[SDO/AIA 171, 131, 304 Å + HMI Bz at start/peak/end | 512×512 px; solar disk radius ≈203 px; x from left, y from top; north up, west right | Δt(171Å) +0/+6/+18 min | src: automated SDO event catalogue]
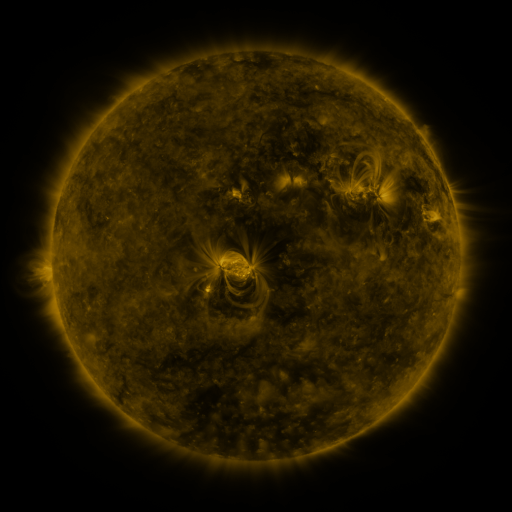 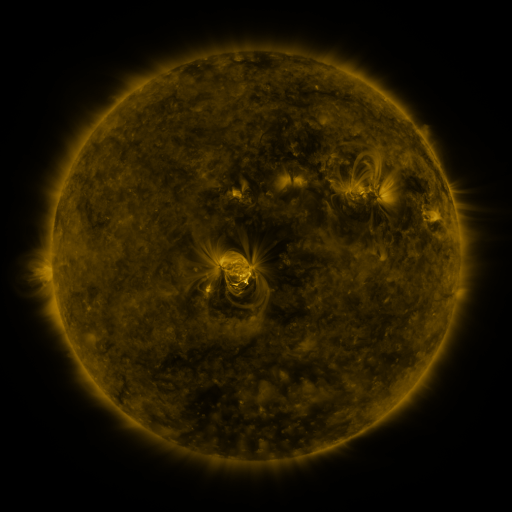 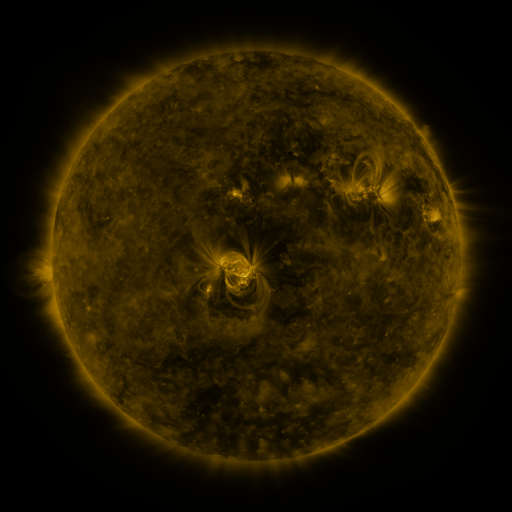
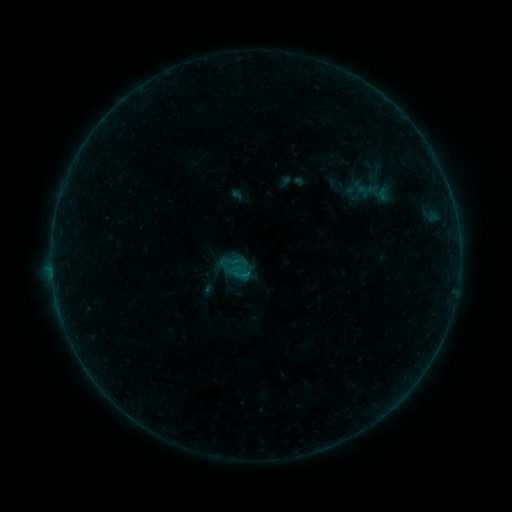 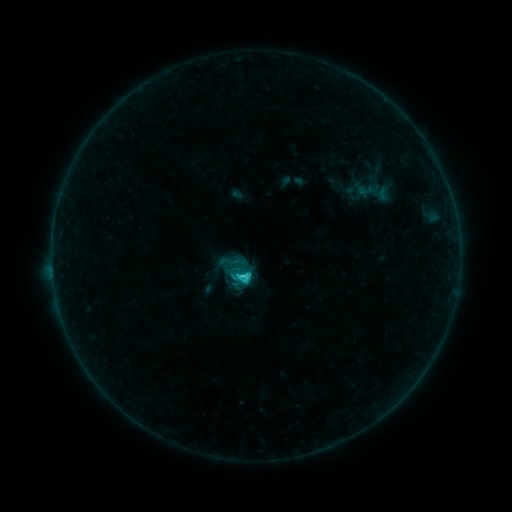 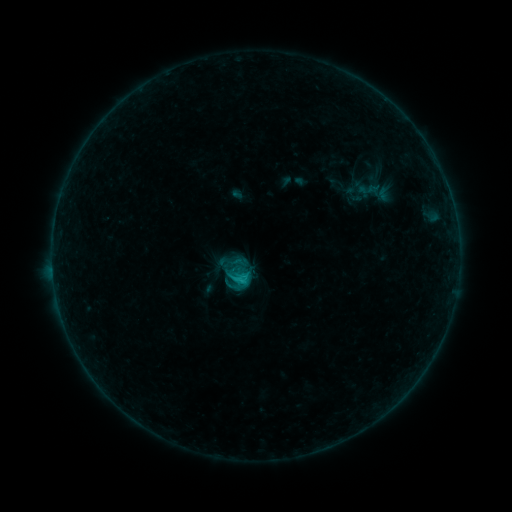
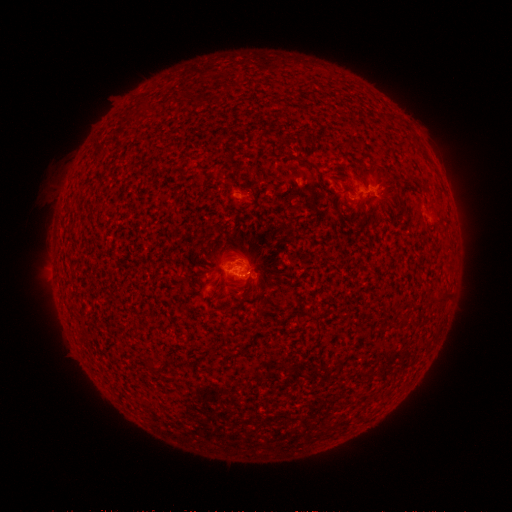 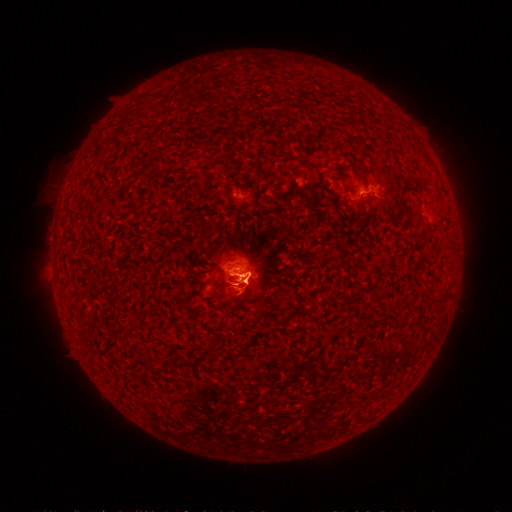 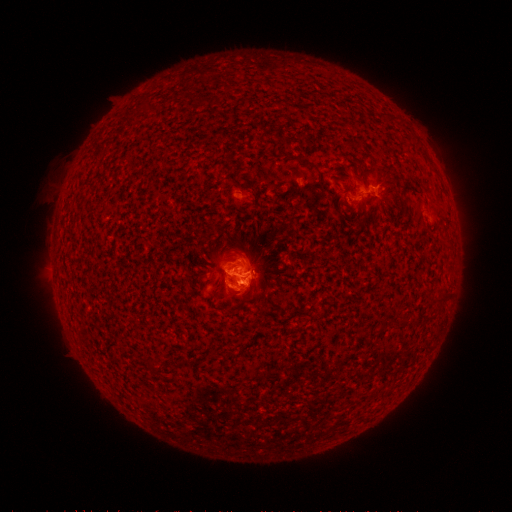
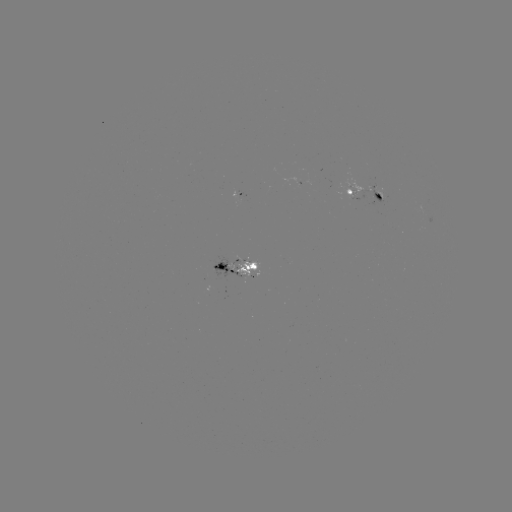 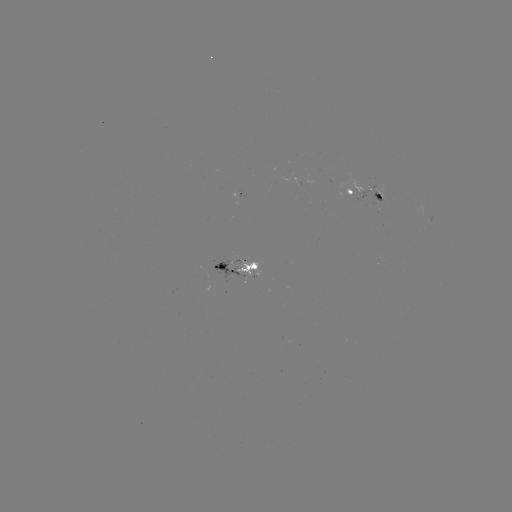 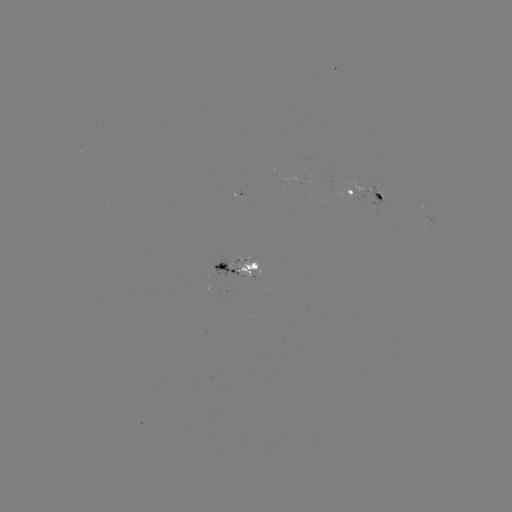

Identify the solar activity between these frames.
C1.7 flare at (245, 275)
